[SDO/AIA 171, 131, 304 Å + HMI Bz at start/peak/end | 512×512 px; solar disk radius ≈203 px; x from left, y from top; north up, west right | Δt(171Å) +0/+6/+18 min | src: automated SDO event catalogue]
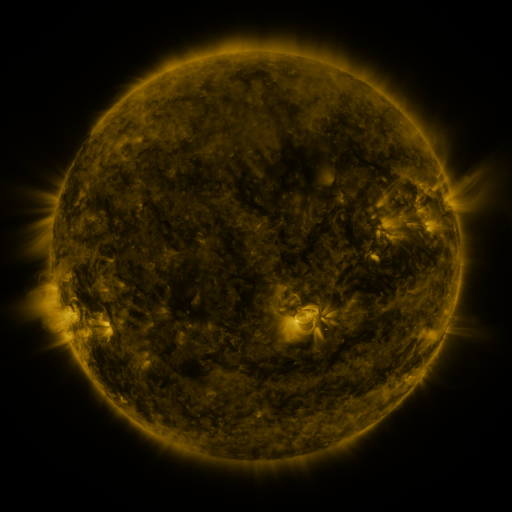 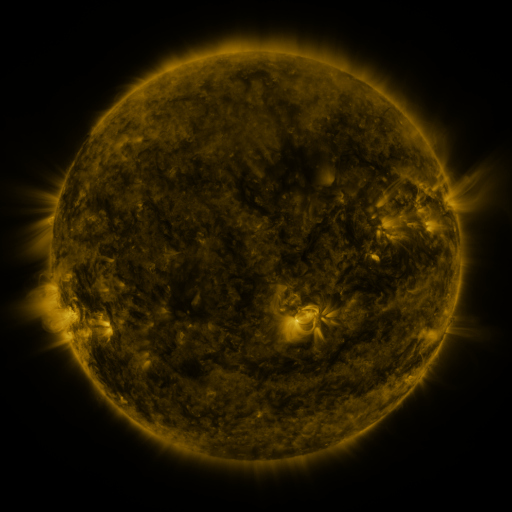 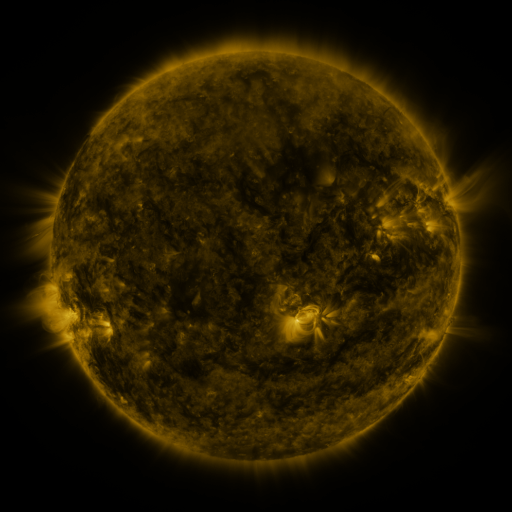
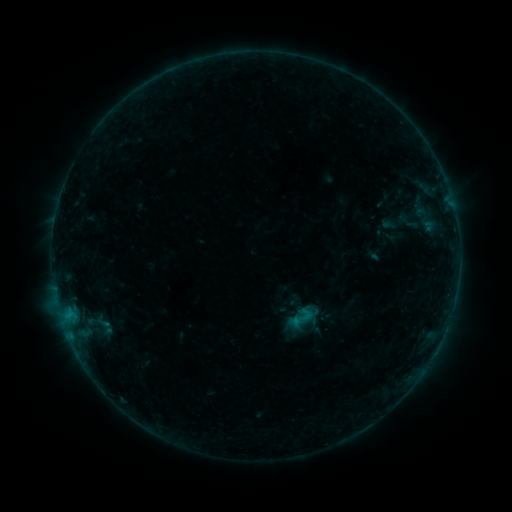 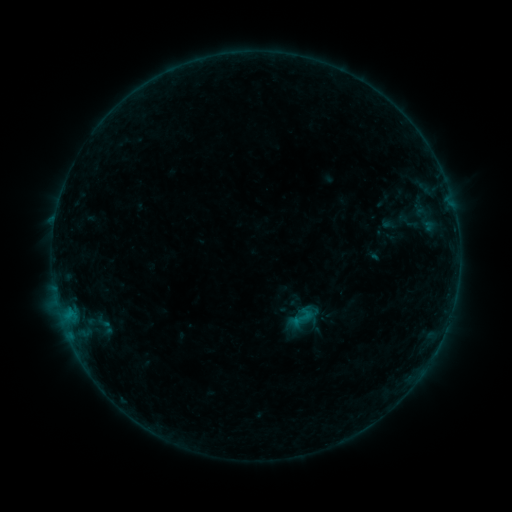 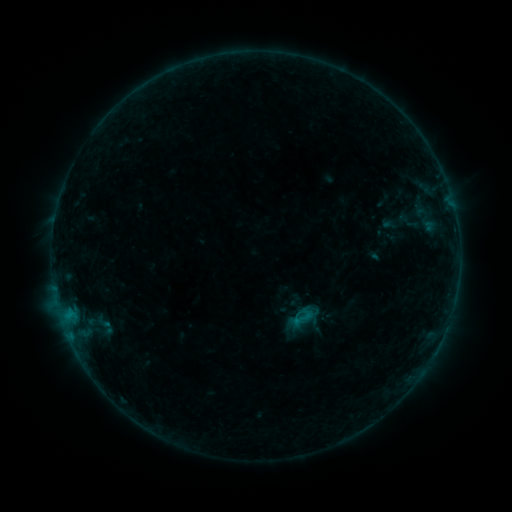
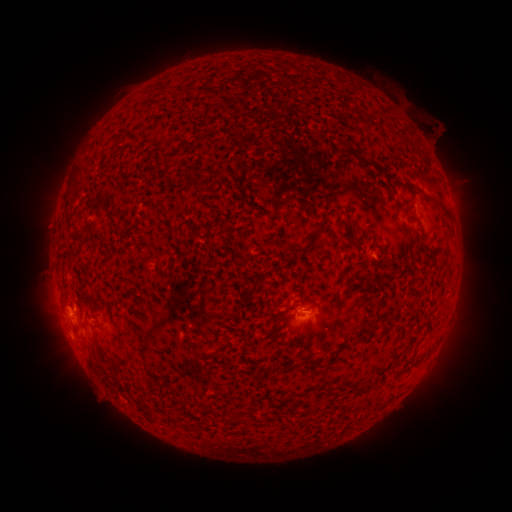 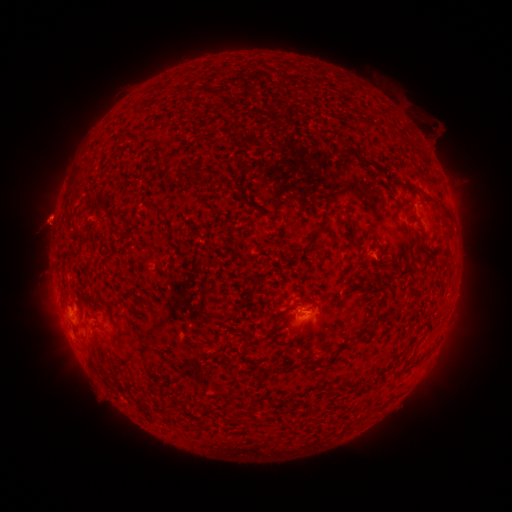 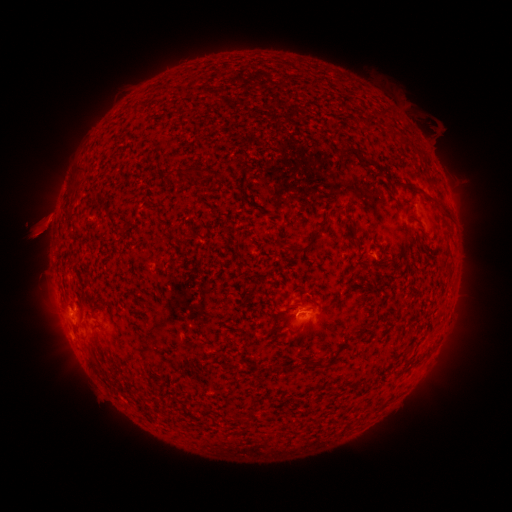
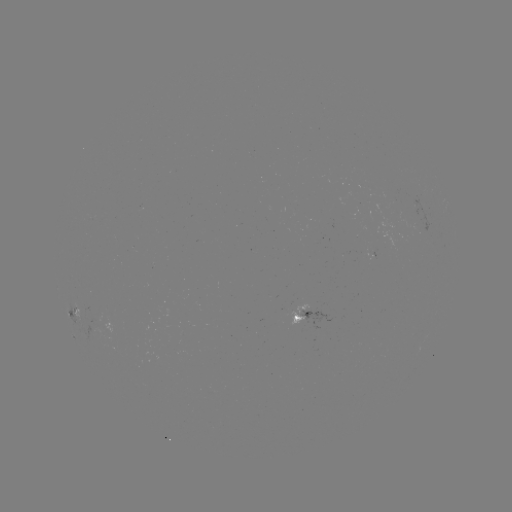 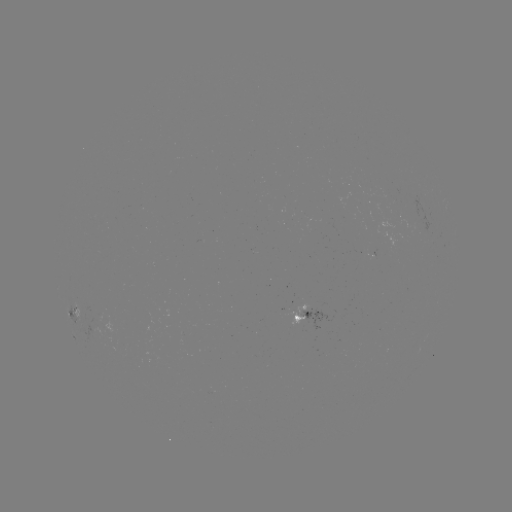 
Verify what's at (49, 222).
eruption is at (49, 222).